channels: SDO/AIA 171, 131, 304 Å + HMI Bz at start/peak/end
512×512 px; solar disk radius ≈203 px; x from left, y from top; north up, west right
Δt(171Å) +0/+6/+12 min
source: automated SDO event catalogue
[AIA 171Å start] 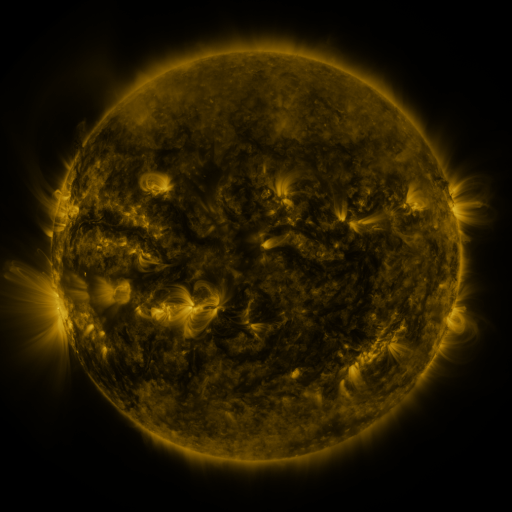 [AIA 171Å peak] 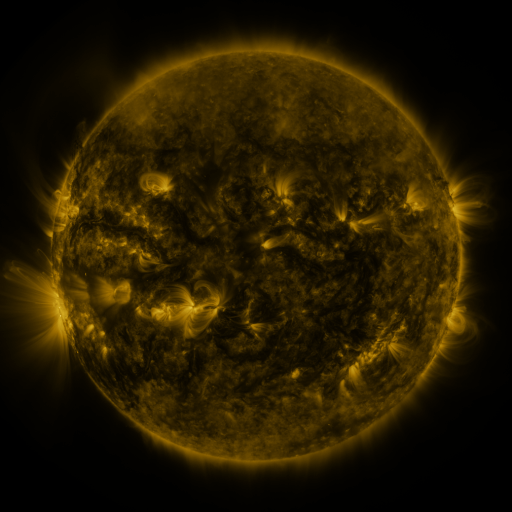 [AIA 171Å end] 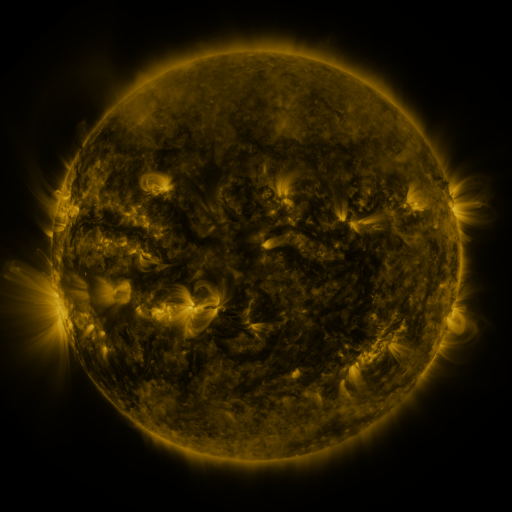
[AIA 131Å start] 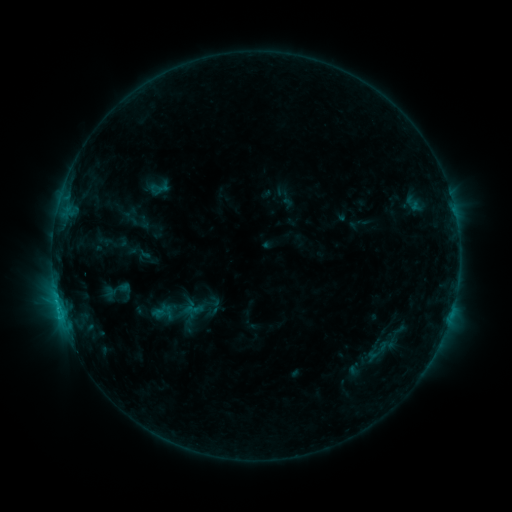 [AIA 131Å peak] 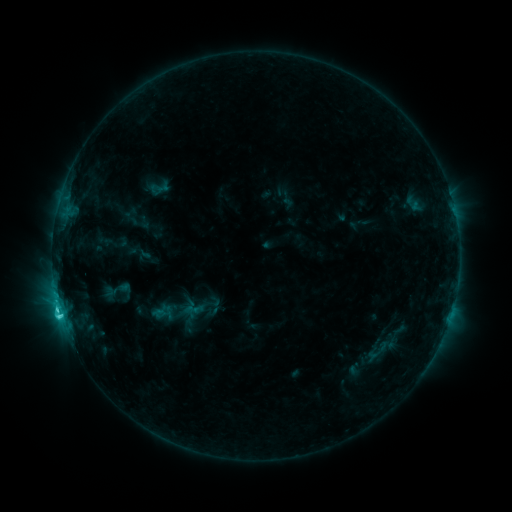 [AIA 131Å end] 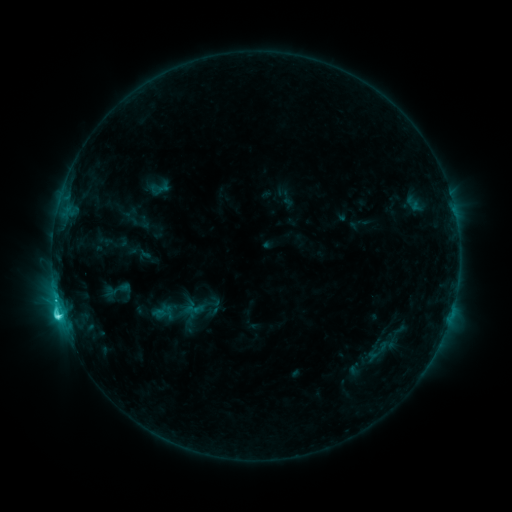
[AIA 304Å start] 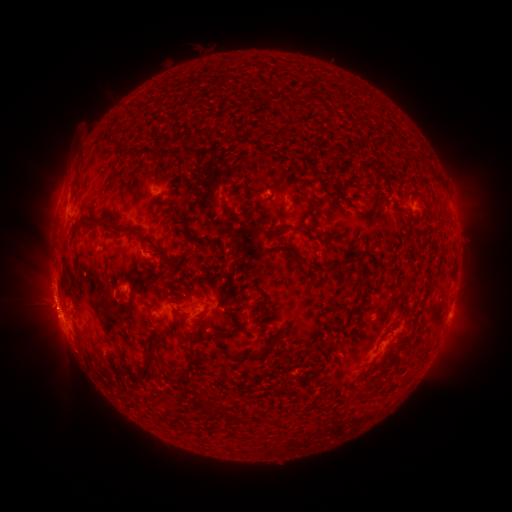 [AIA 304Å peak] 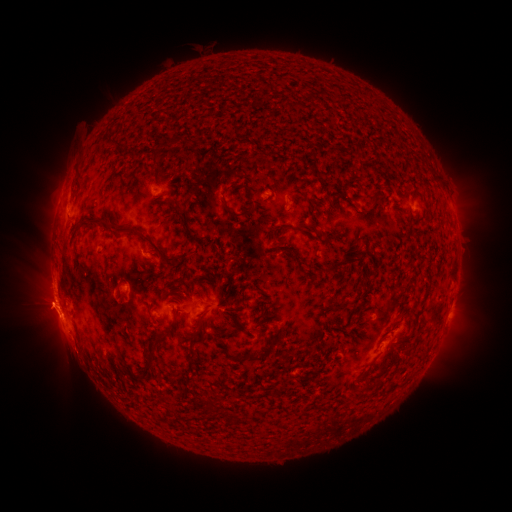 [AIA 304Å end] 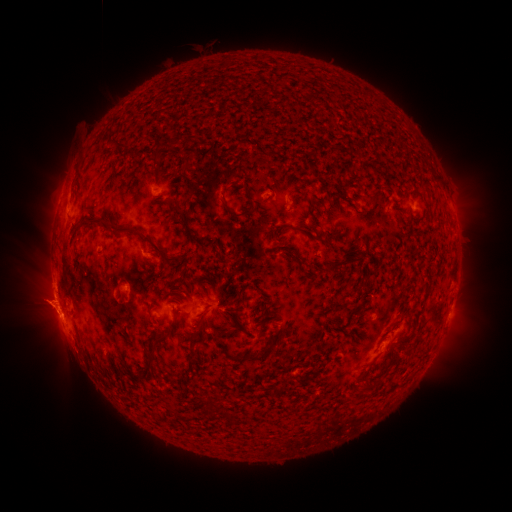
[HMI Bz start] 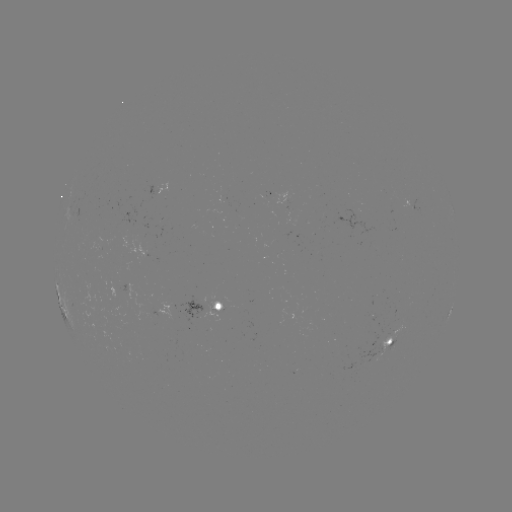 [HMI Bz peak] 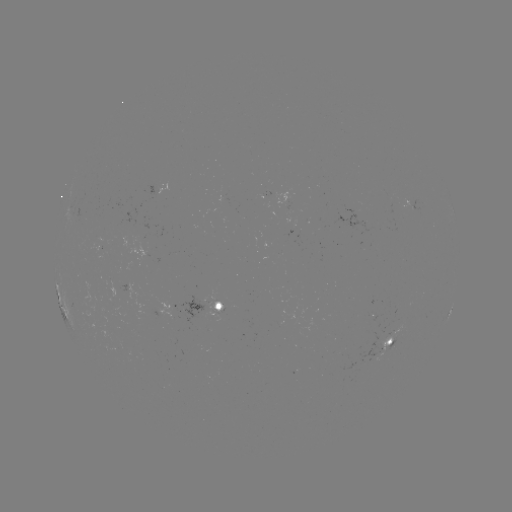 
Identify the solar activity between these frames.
C3.9 flare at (61, 316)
